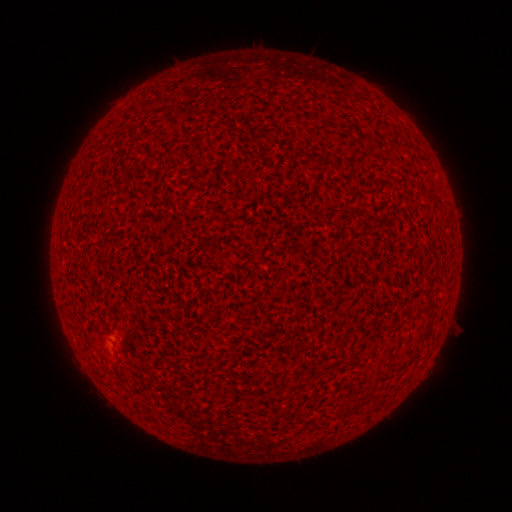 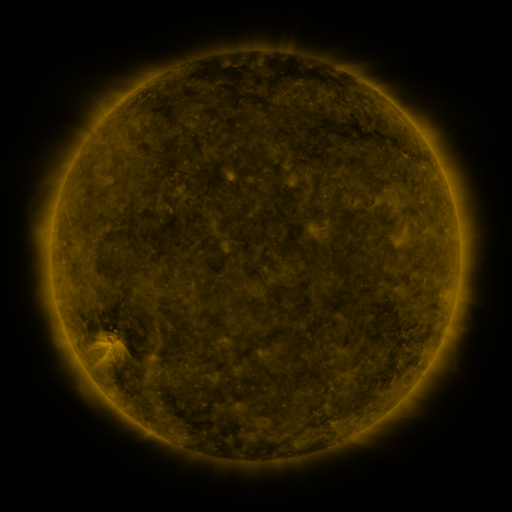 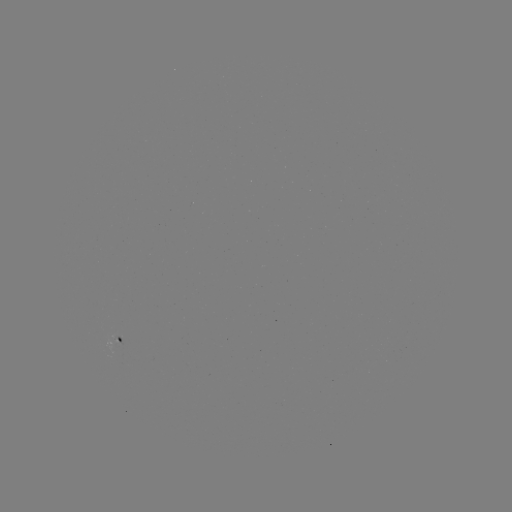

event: spotted active region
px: (124, 344)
